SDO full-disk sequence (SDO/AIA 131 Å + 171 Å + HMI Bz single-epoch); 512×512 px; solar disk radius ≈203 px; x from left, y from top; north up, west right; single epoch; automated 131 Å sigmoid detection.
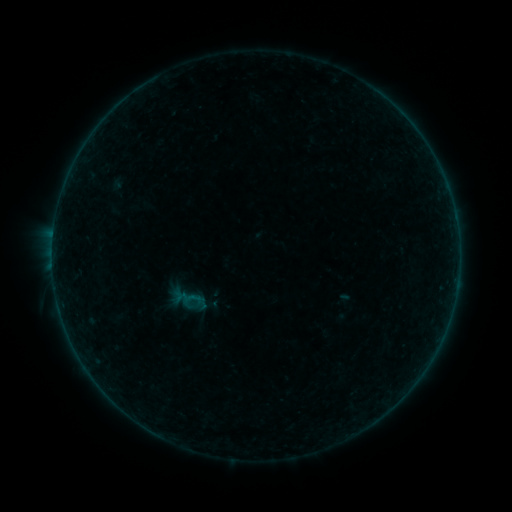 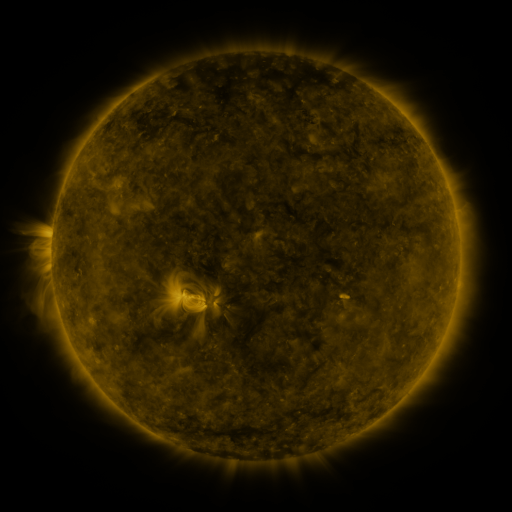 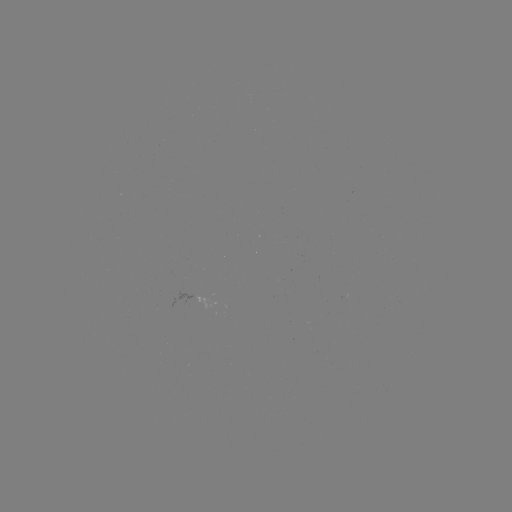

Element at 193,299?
sigmoid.